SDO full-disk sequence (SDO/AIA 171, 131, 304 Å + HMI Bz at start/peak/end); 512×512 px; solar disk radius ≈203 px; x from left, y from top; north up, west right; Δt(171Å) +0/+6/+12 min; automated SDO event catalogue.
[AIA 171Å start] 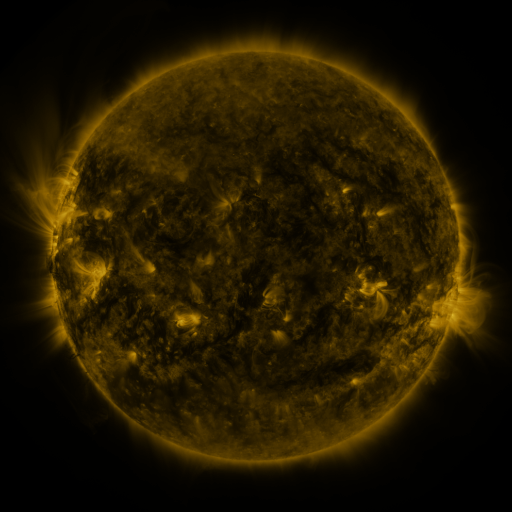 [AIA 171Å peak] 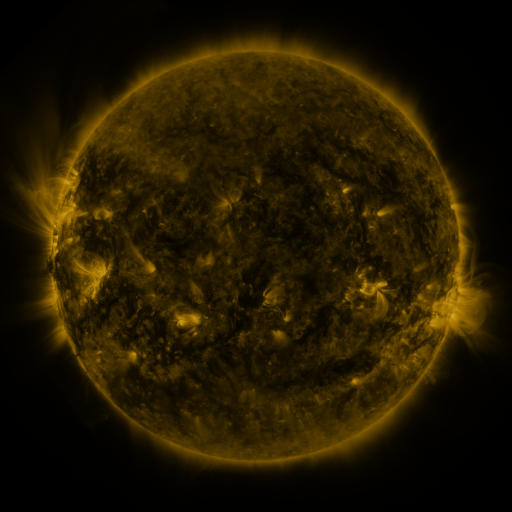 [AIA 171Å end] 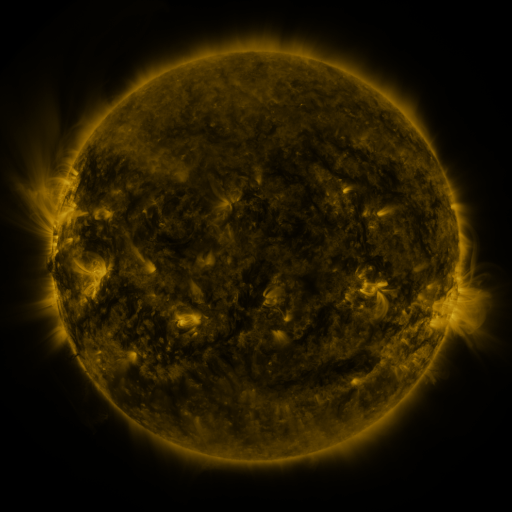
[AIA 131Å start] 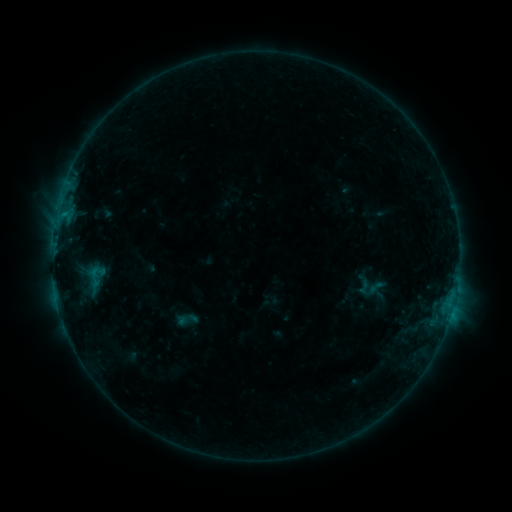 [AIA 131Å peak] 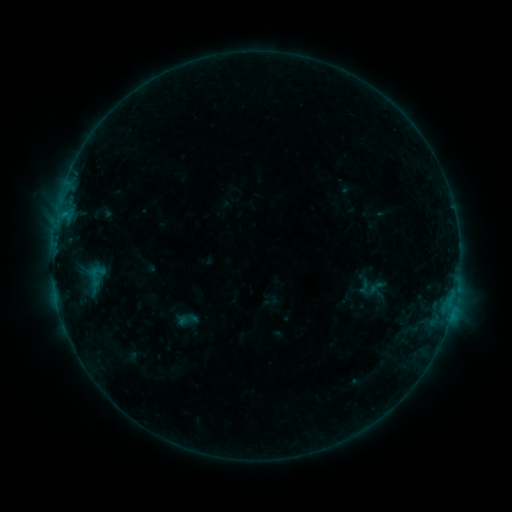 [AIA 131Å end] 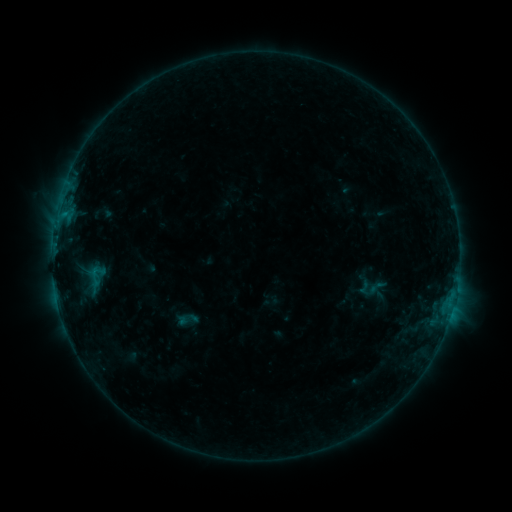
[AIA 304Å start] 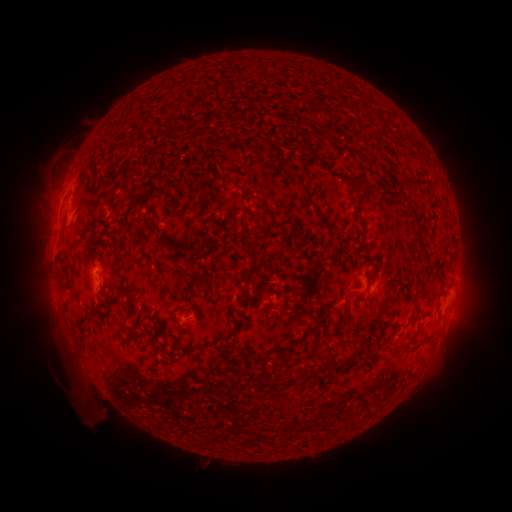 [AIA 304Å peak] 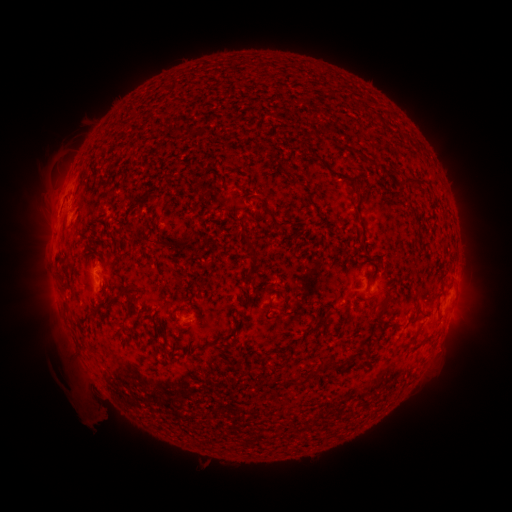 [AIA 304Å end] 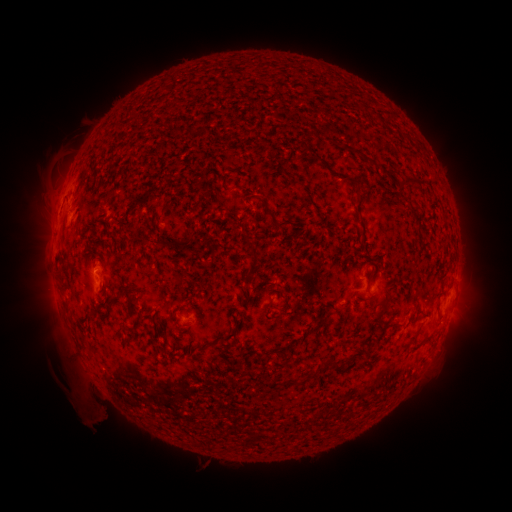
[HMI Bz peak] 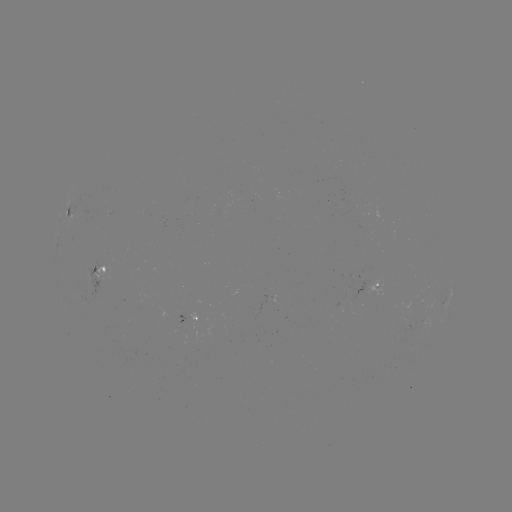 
nothing was catalogued: no classed flare, no EUV trigger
